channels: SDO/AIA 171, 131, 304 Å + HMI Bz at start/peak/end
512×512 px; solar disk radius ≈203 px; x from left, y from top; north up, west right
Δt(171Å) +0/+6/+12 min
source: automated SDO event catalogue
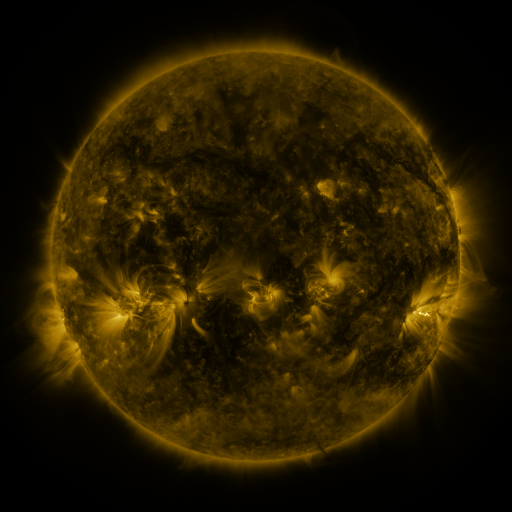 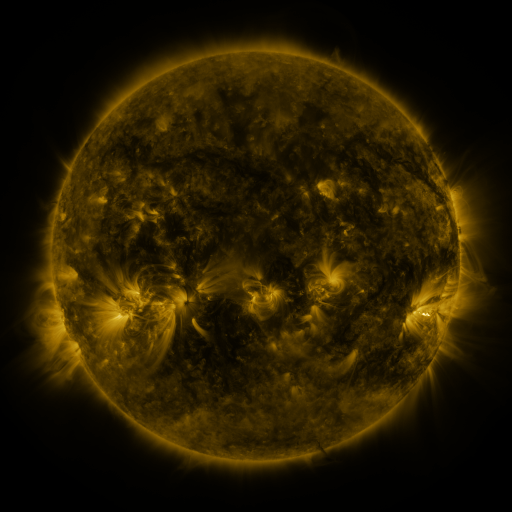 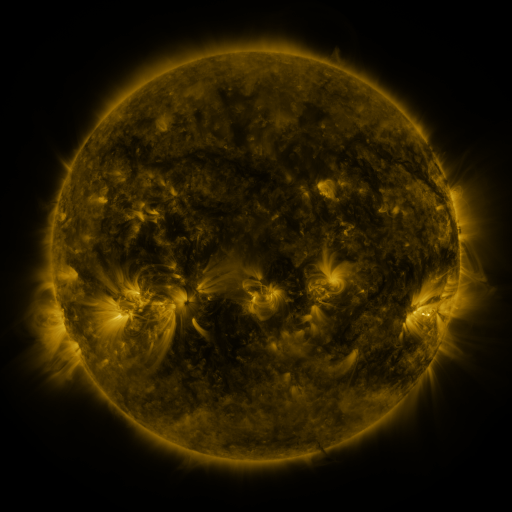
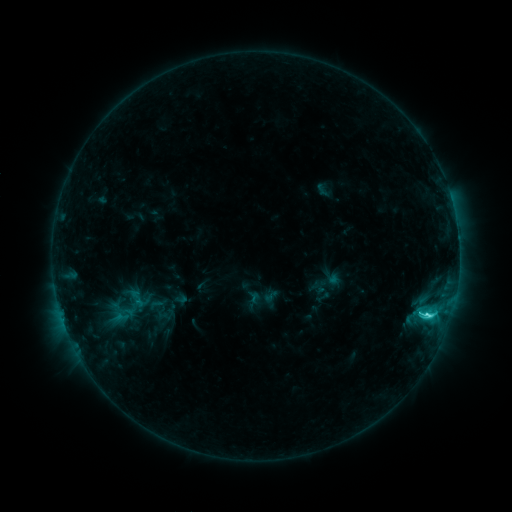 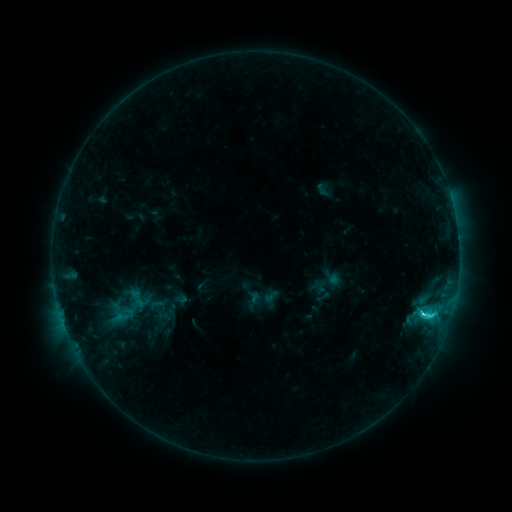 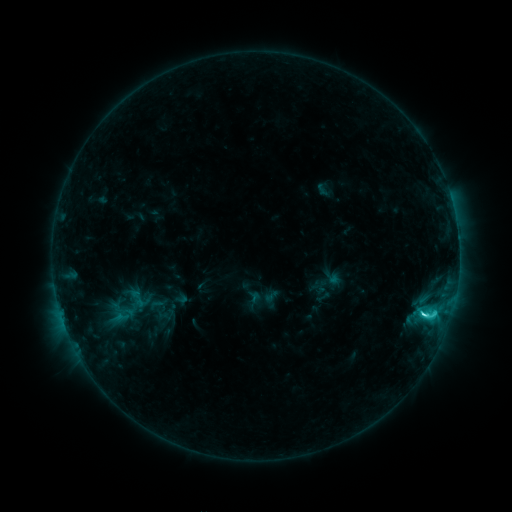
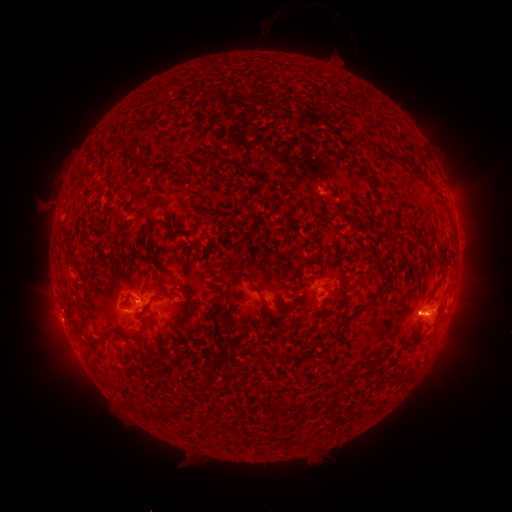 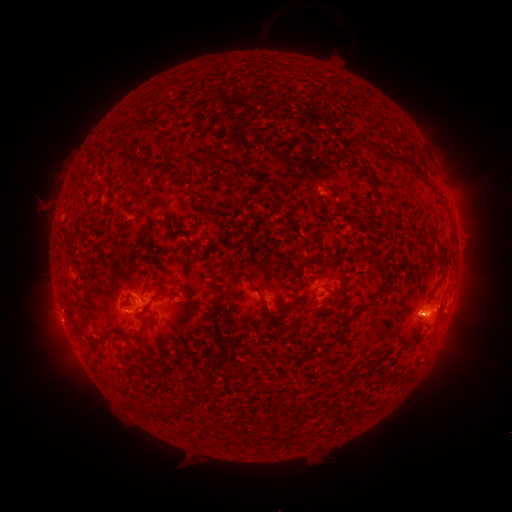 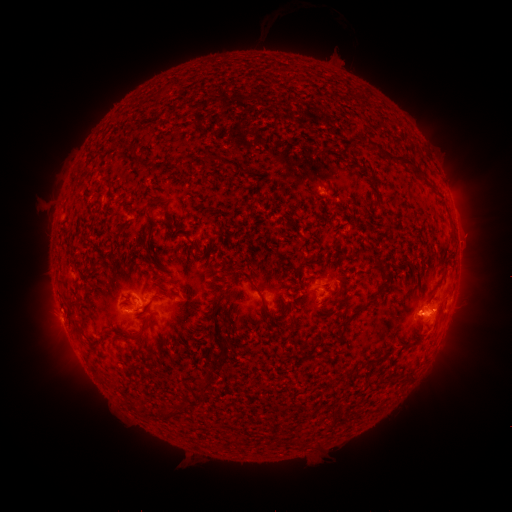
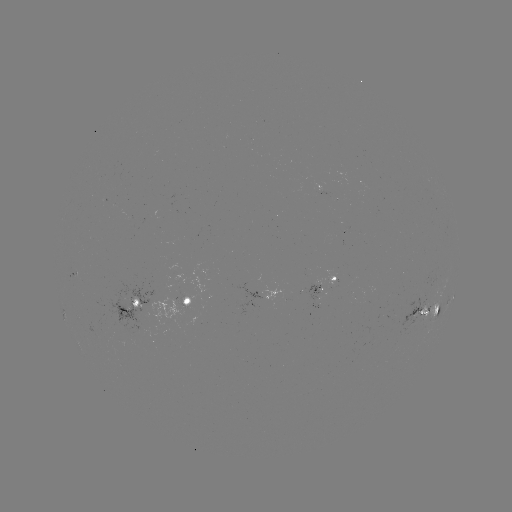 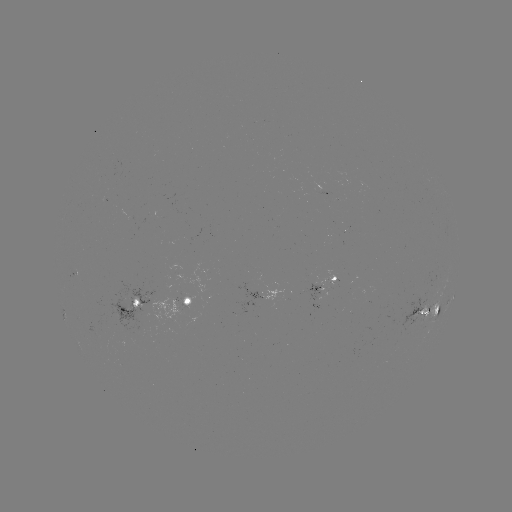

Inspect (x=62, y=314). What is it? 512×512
C4.4 flare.